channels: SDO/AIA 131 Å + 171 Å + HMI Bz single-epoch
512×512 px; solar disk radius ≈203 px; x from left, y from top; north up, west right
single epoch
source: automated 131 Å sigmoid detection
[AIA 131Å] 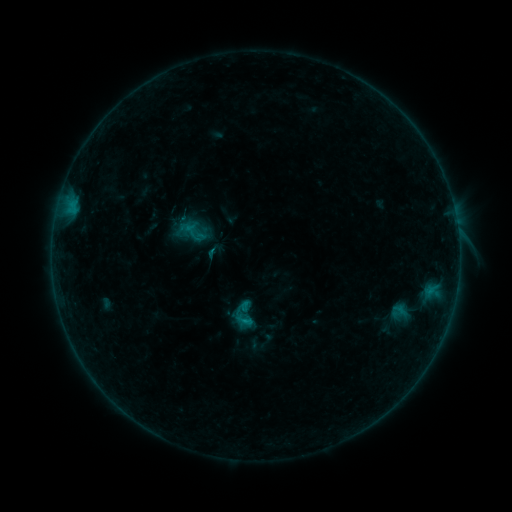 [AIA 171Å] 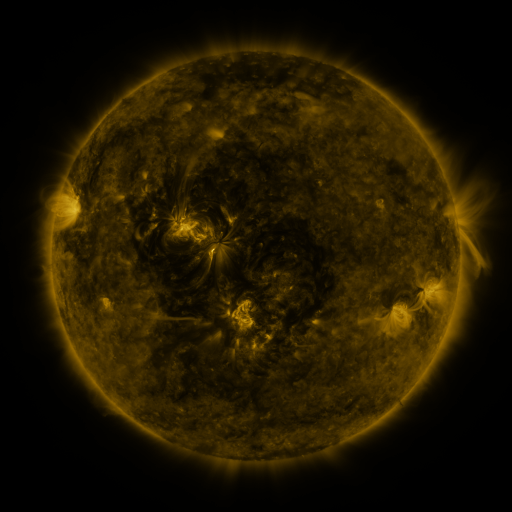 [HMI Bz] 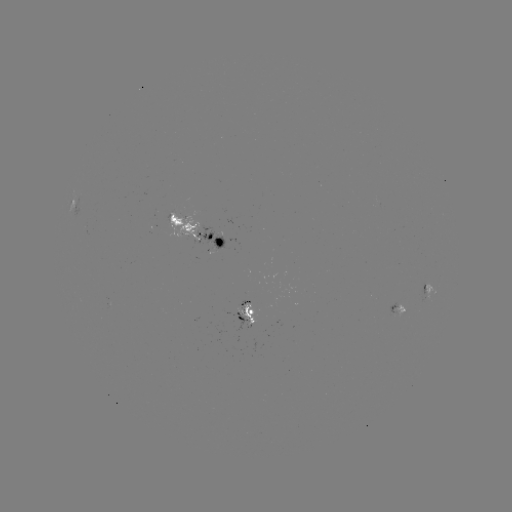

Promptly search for sigmoid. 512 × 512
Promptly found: (245, 317).